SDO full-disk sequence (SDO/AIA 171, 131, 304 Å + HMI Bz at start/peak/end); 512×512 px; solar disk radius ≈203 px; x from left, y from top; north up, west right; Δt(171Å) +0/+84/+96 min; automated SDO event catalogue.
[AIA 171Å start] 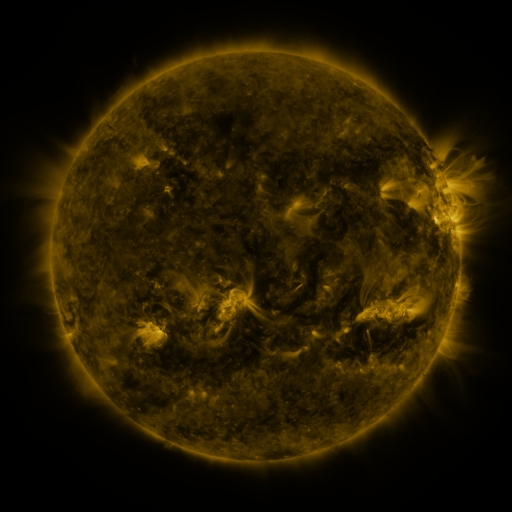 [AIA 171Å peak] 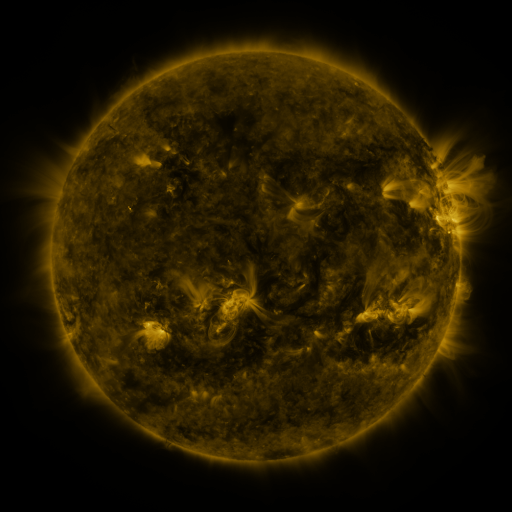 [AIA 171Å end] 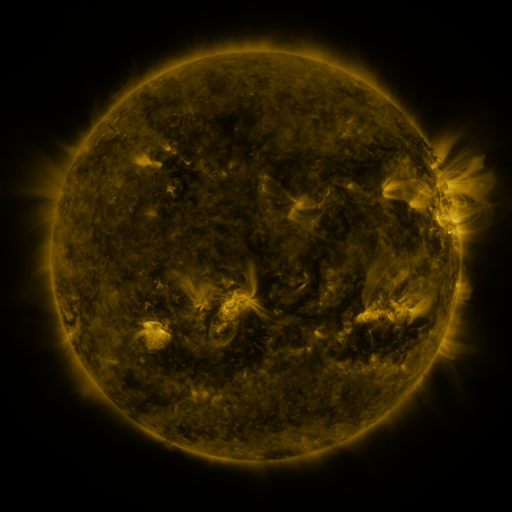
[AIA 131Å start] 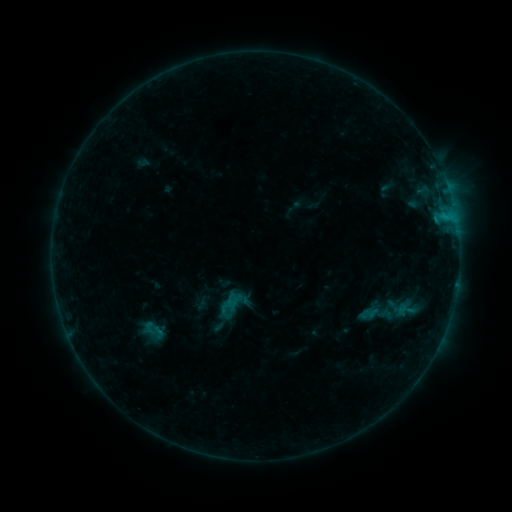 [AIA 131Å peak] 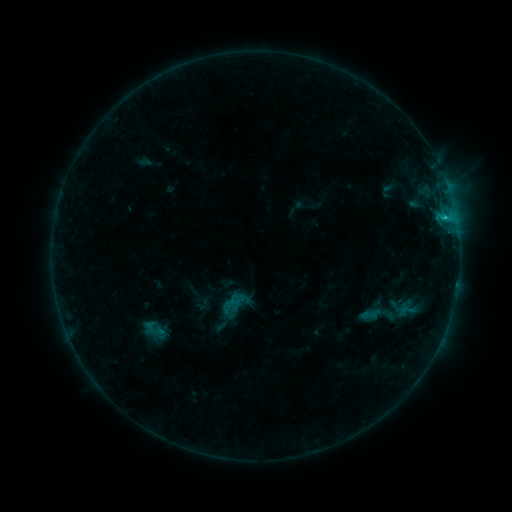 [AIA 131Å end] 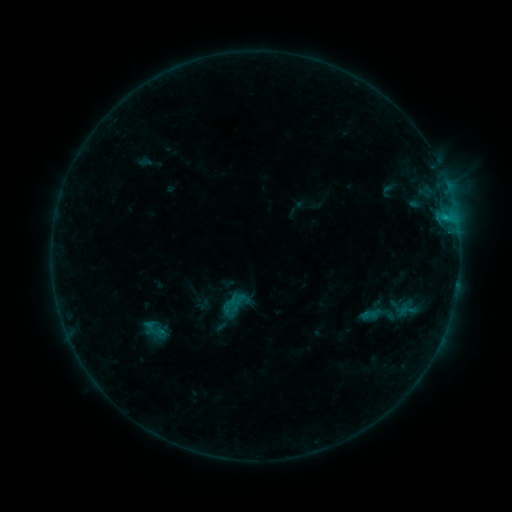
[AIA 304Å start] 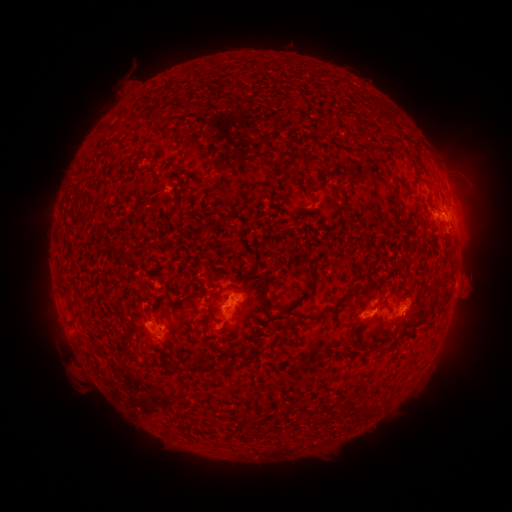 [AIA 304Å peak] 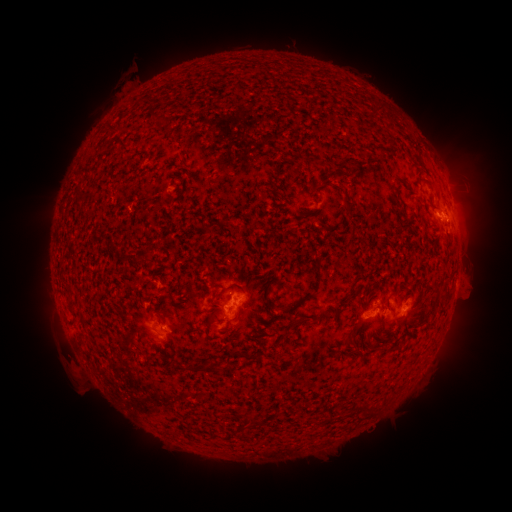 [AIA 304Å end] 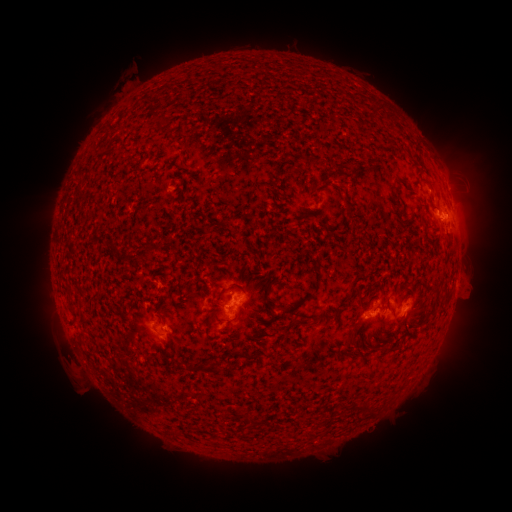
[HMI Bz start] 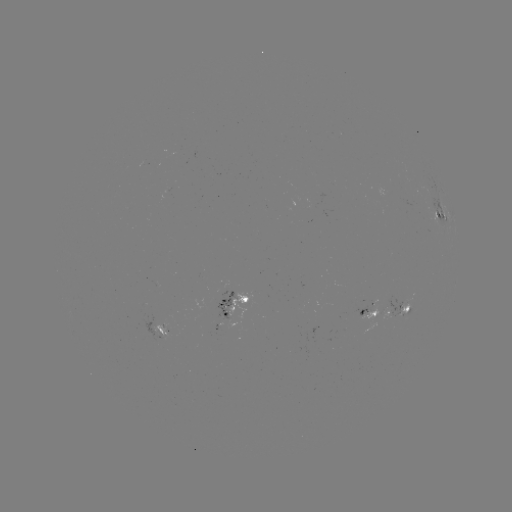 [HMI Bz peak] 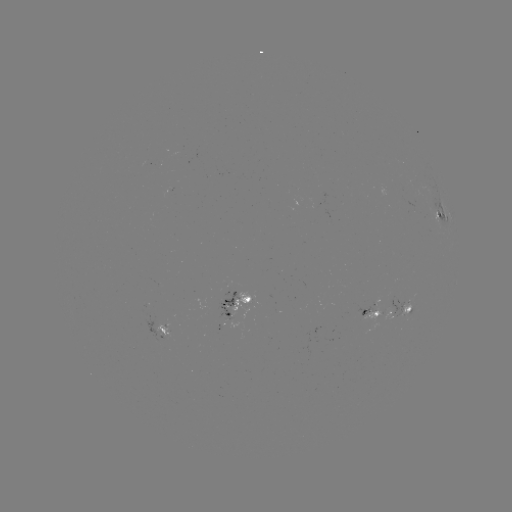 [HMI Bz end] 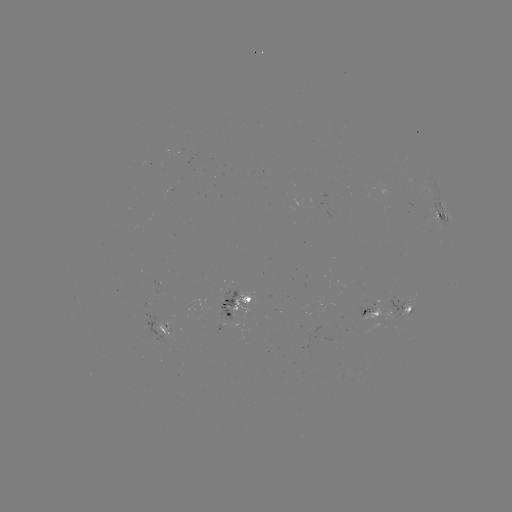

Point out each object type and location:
emerging-flux region: (228, 305)
